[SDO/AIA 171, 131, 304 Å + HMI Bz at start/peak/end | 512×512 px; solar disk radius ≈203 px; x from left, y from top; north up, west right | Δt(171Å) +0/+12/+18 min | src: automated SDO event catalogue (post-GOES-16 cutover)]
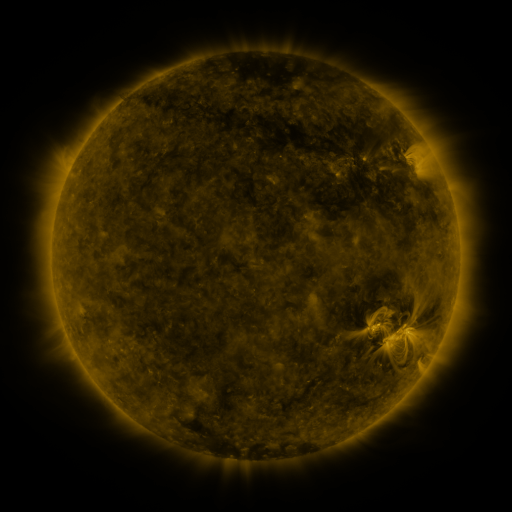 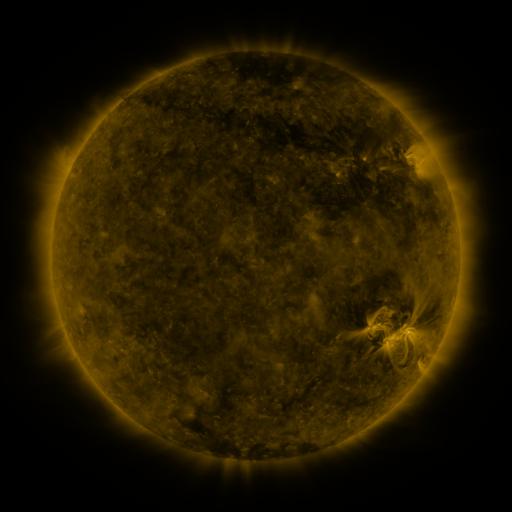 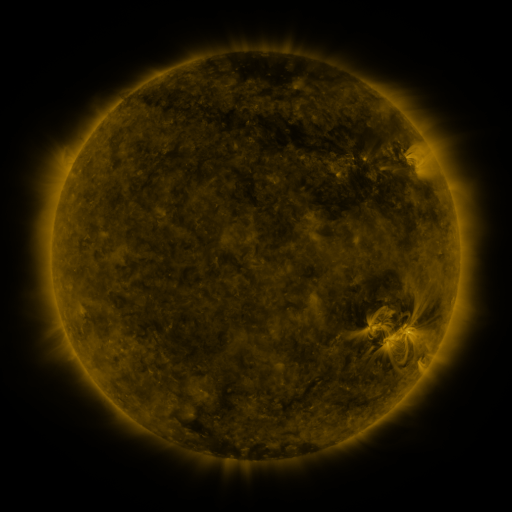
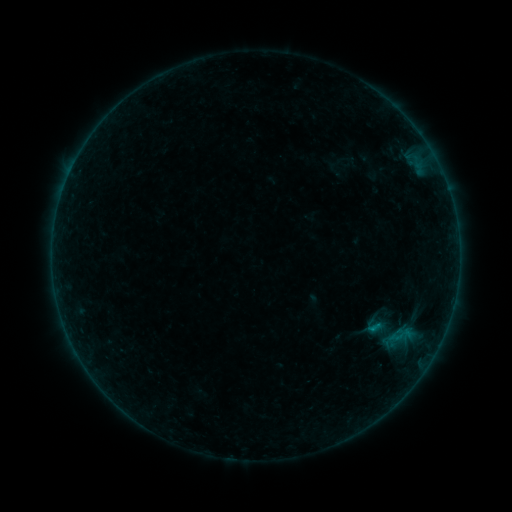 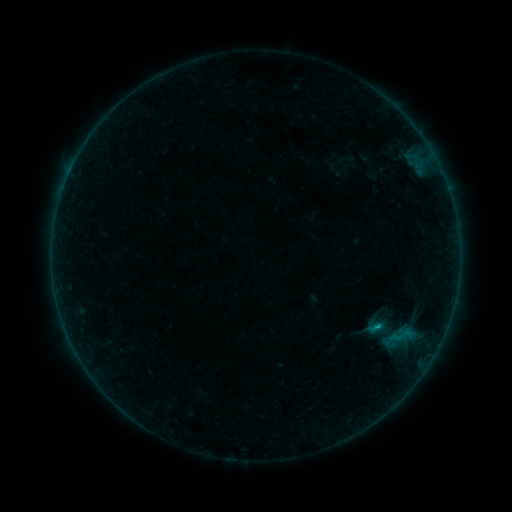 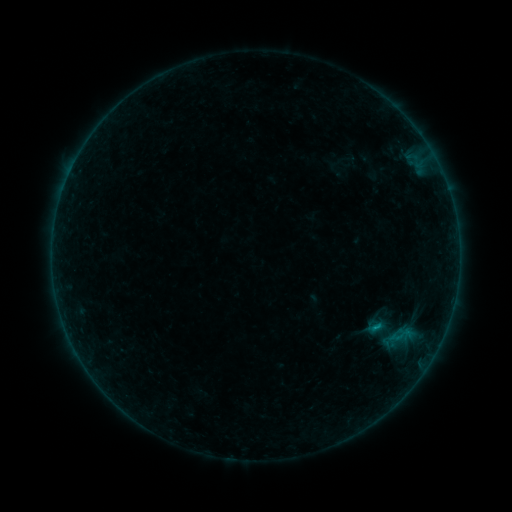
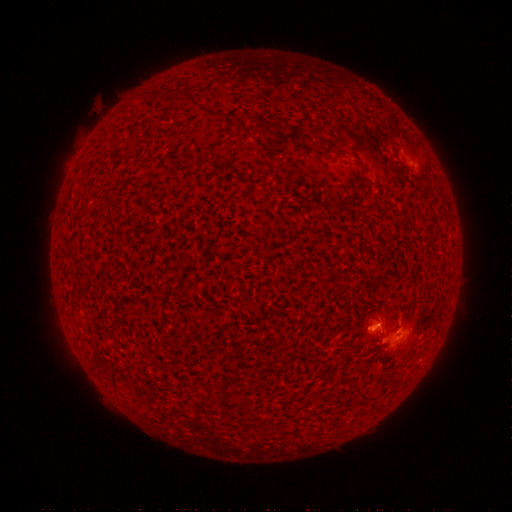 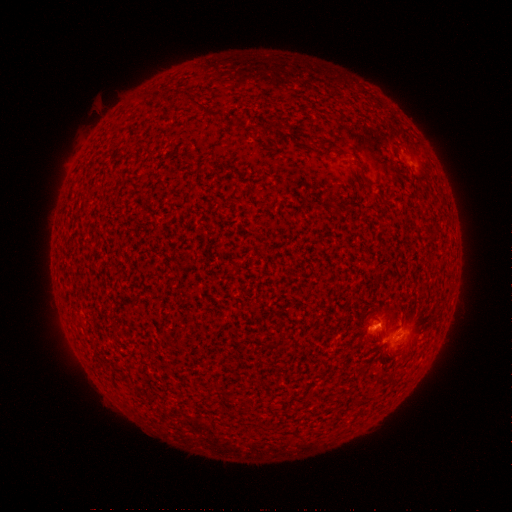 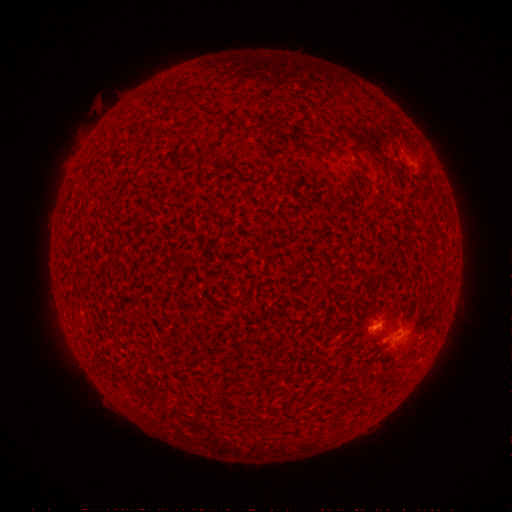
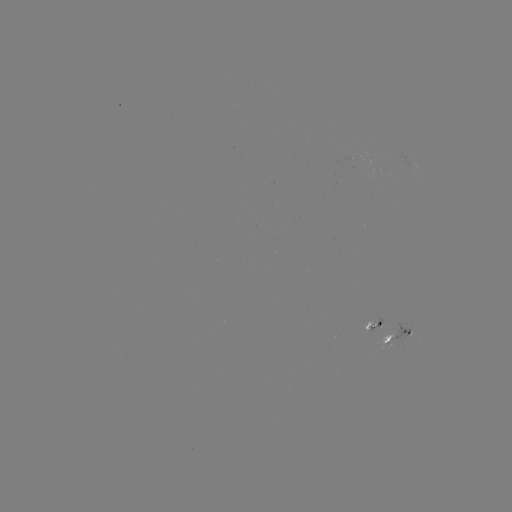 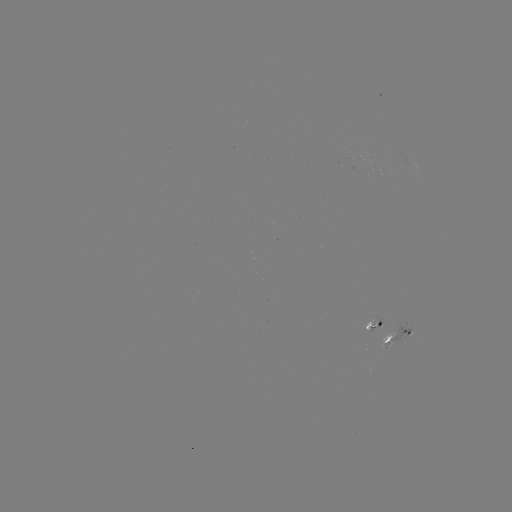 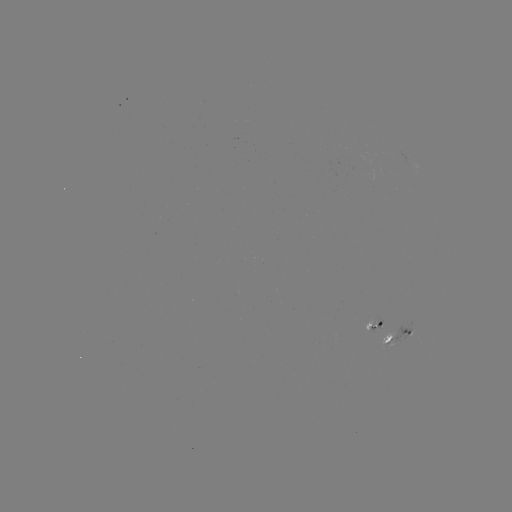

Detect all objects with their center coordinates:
B4.4 flare: (376, 324)
